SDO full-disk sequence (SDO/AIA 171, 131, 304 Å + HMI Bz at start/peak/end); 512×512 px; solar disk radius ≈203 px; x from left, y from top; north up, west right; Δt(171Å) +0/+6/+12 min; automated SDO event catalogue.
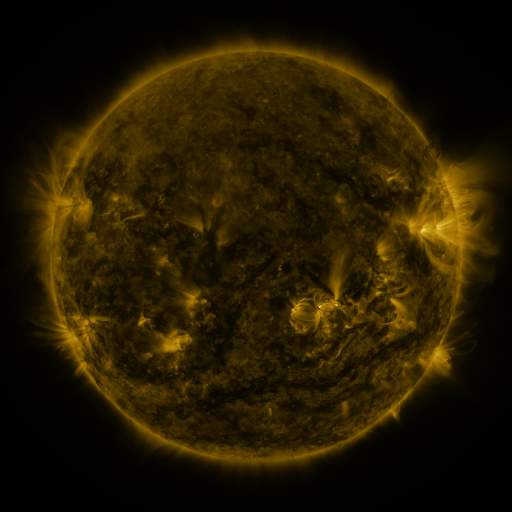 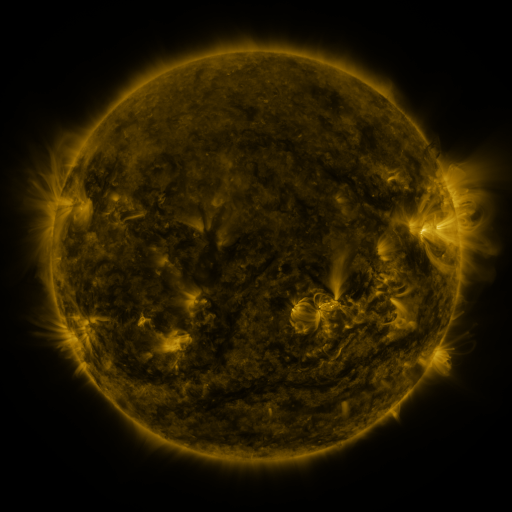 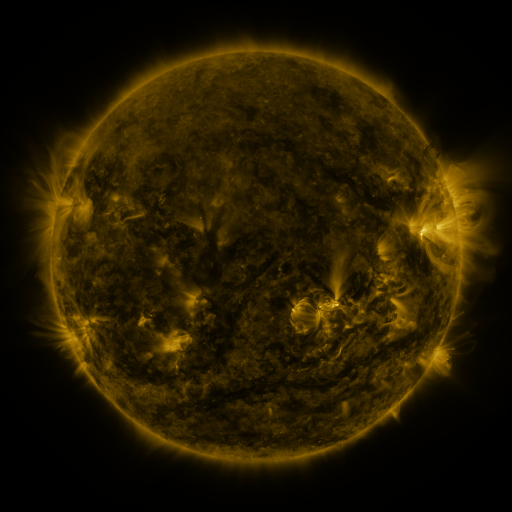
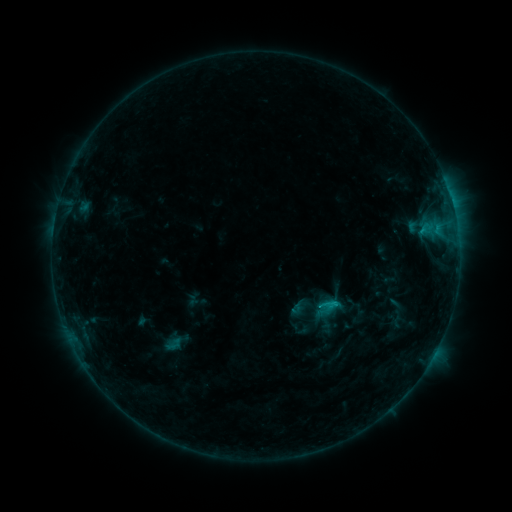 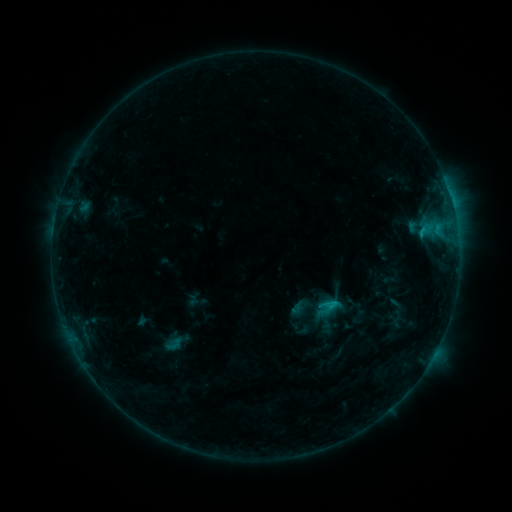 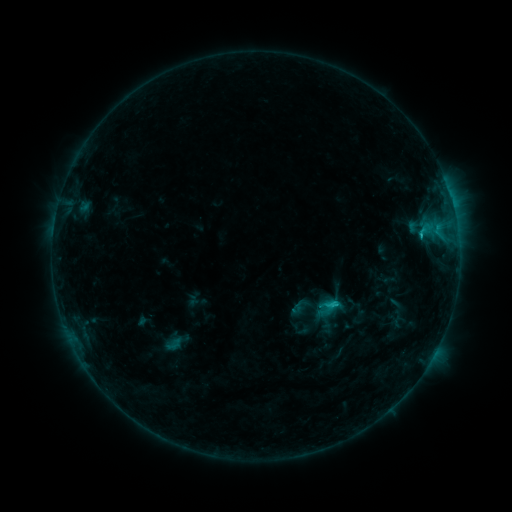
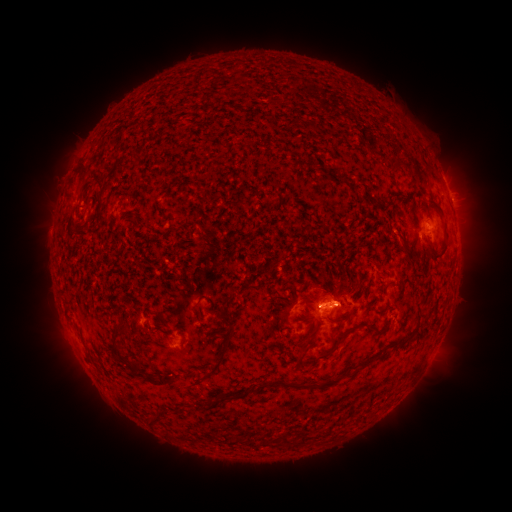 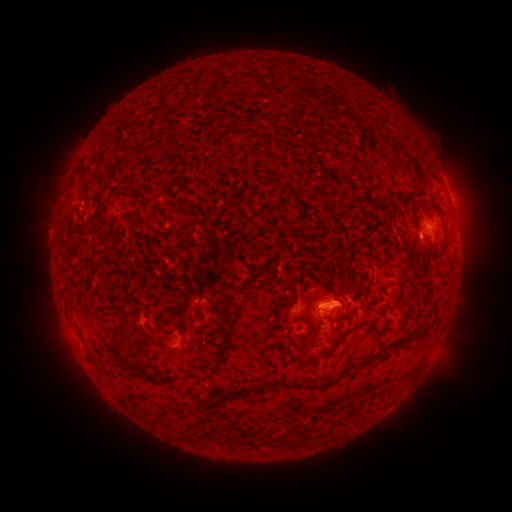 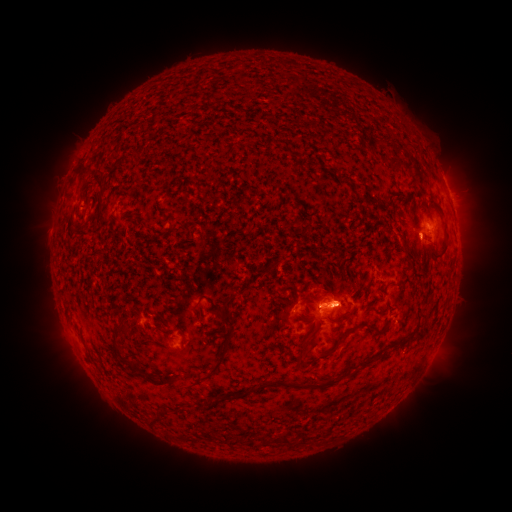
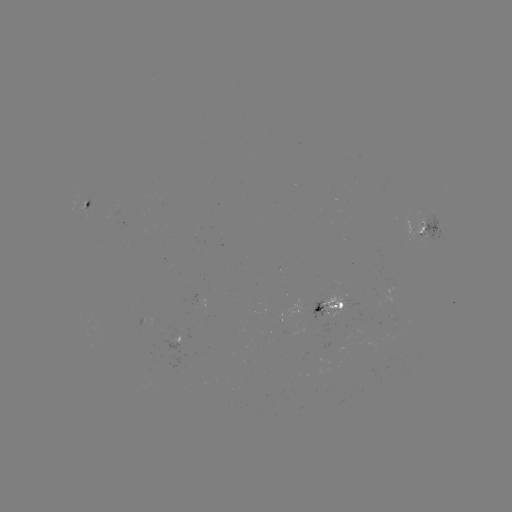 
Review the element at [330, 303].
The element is C1.5 flare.